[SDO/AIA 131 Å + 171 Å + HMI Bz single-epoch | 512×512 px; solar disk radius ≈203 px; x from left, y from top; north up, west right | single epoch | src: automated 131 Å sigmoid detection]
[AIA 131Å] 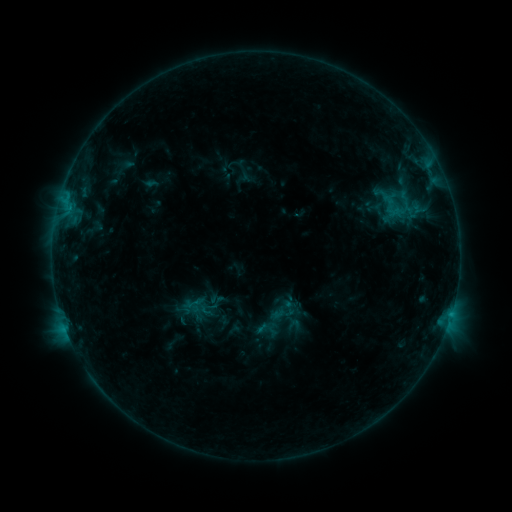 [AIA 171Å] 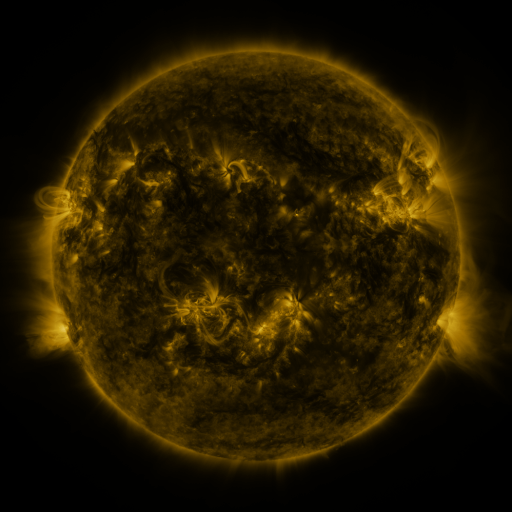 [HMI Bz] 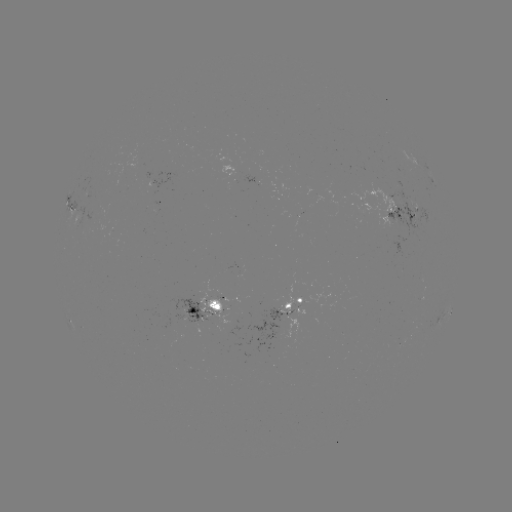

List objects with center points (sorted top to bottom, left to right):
sigmoid: <bbox>205, 293, 227, 312</bbox>
sigmoid: <bbox>184, 294, 209, 315</bbox>
